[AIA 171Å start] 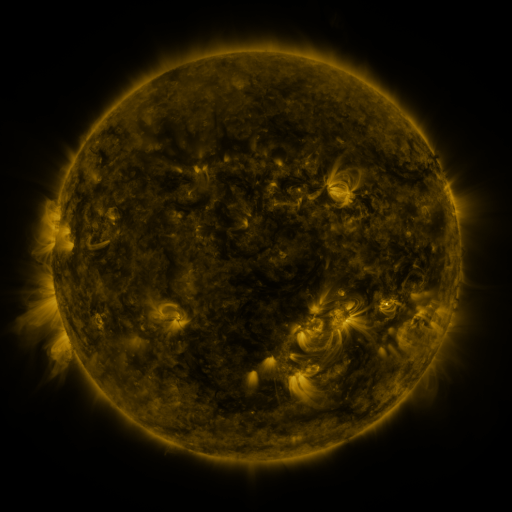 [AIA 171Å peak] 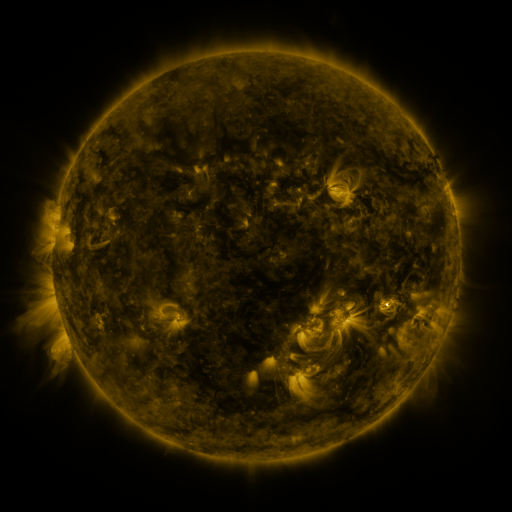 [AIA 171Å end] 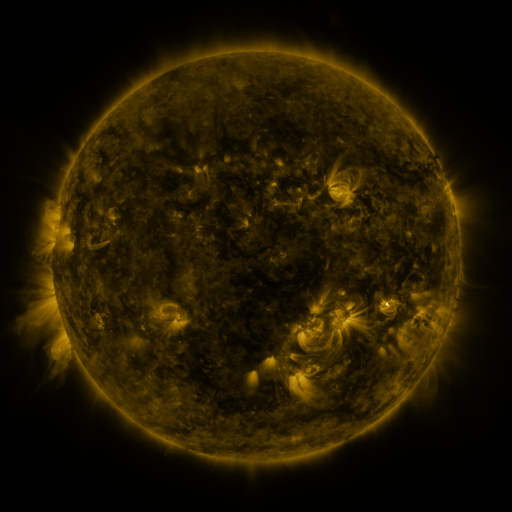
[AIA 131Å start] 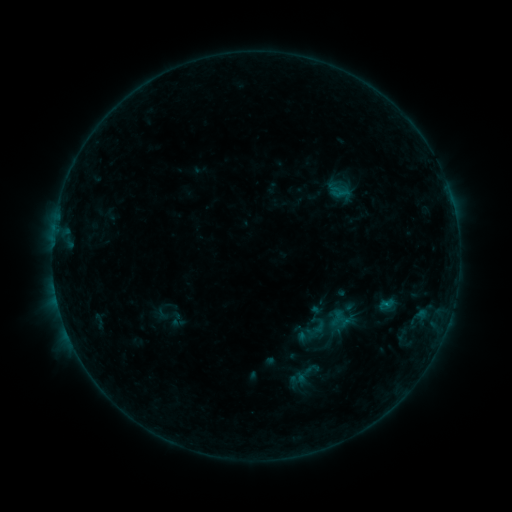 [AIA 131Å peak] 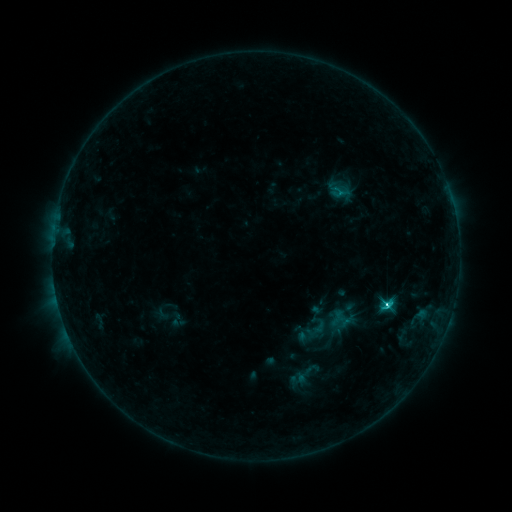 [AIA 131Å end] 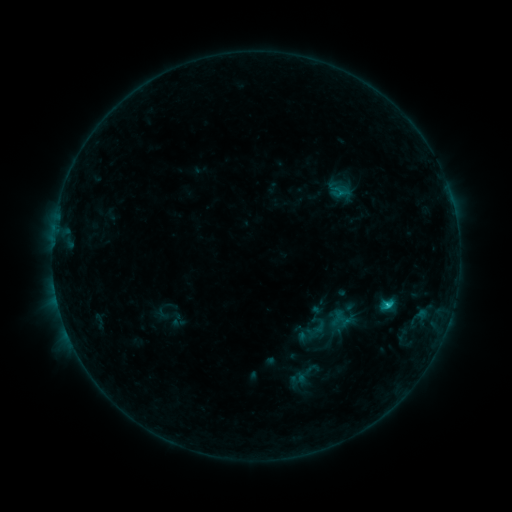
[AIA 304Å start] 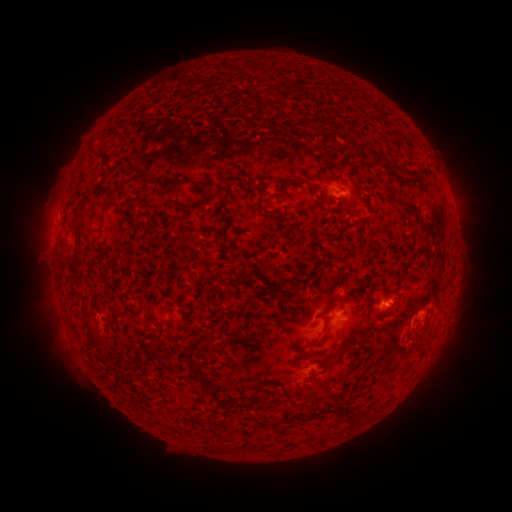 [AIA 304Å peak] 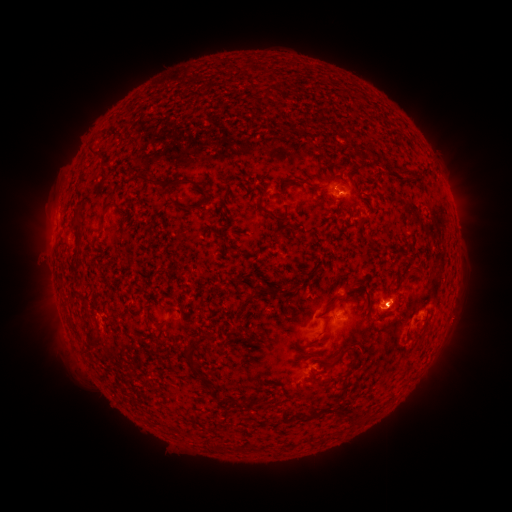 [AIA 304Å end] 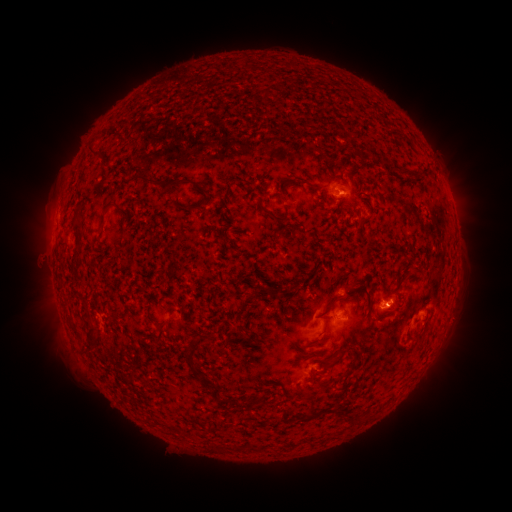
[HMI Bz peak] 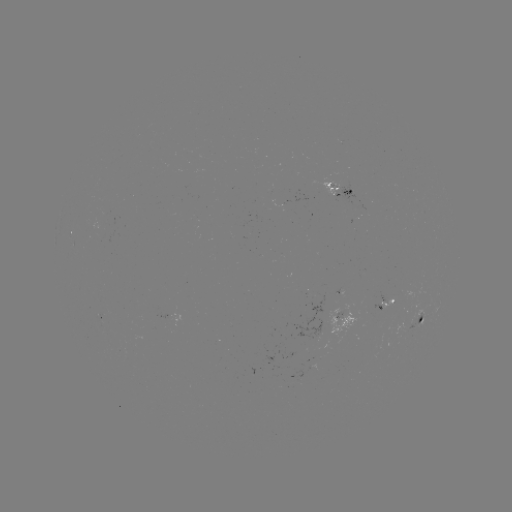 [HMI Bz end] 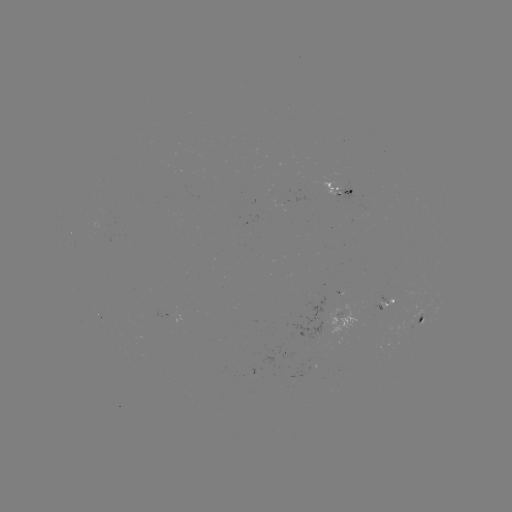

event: flare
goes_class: C2.7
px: (387, 302)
